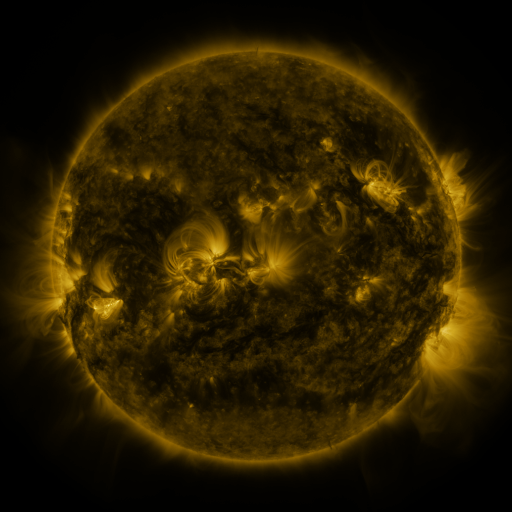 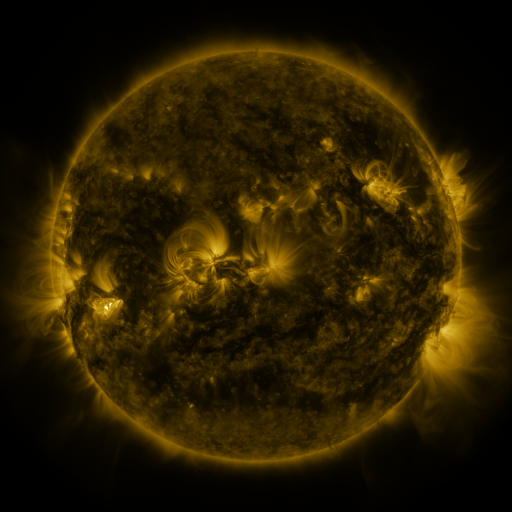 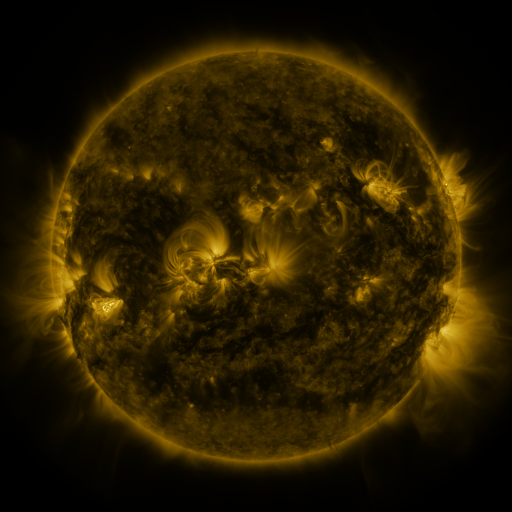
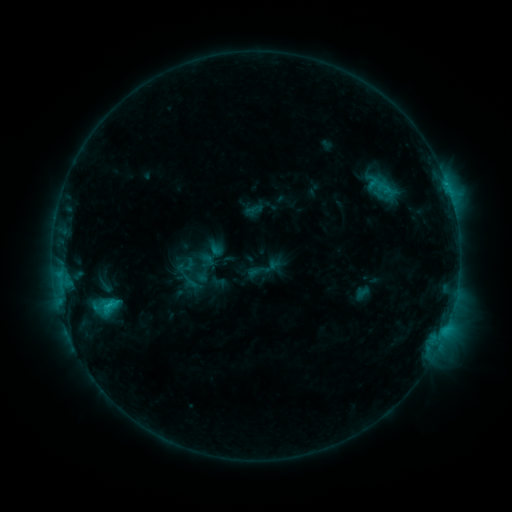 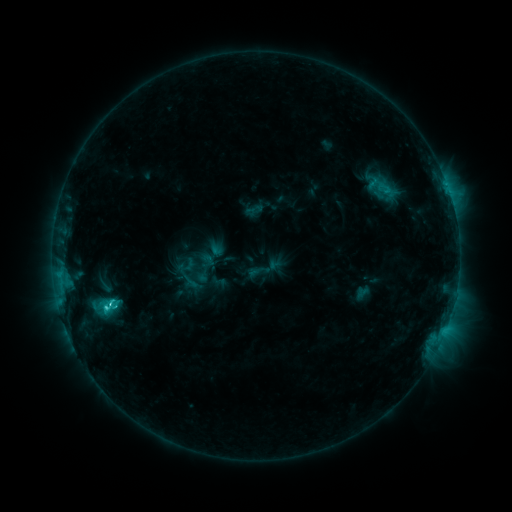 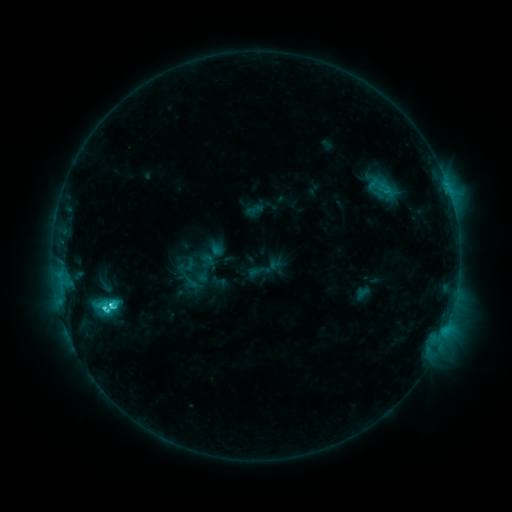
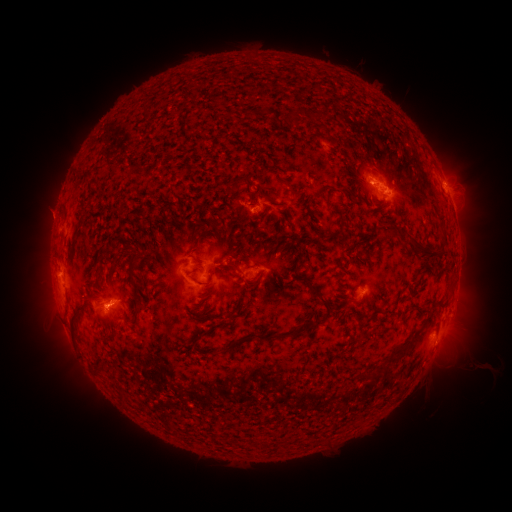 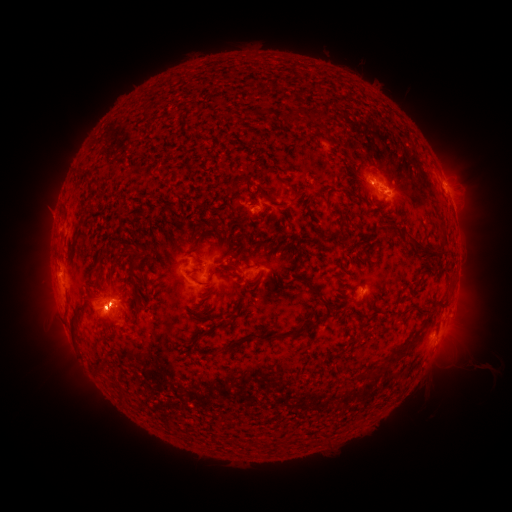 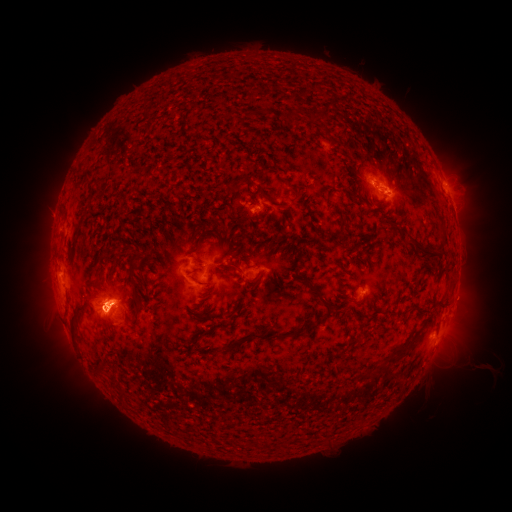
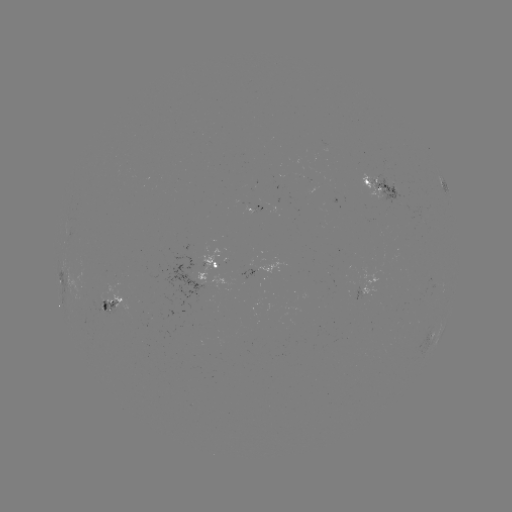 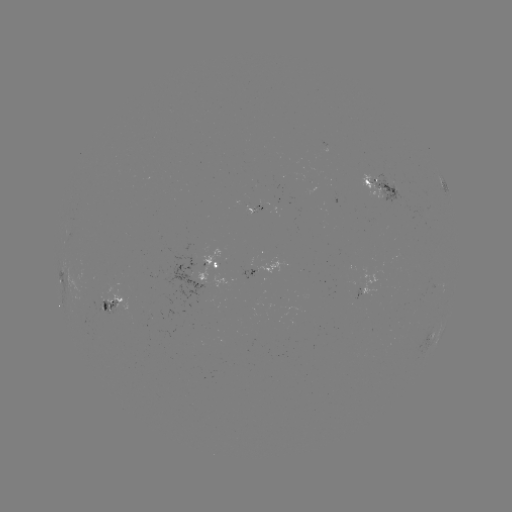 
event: eruption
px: (54, 314)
